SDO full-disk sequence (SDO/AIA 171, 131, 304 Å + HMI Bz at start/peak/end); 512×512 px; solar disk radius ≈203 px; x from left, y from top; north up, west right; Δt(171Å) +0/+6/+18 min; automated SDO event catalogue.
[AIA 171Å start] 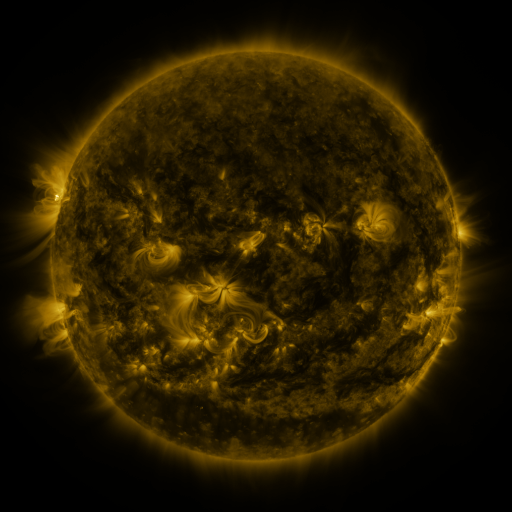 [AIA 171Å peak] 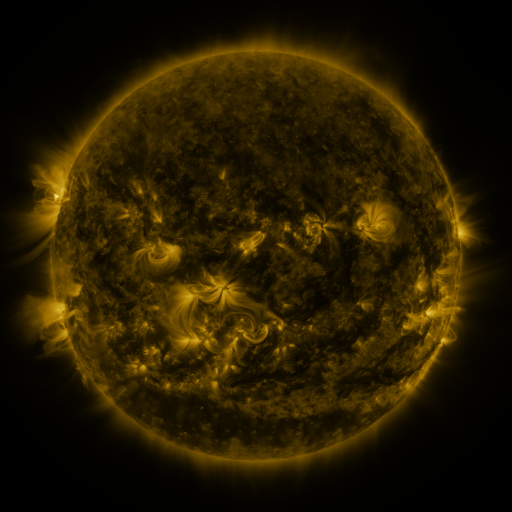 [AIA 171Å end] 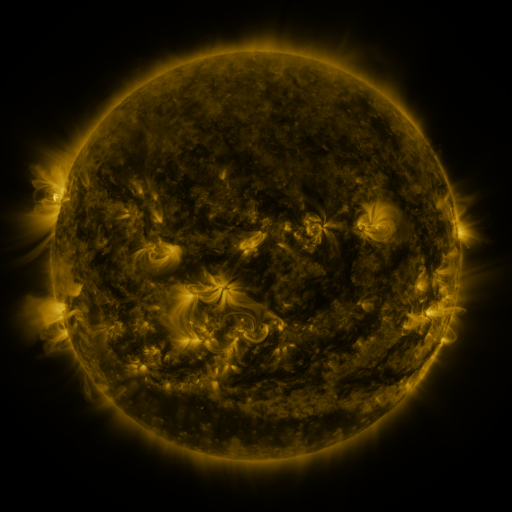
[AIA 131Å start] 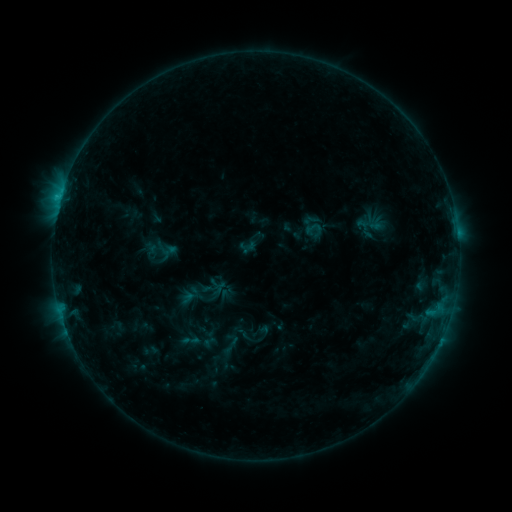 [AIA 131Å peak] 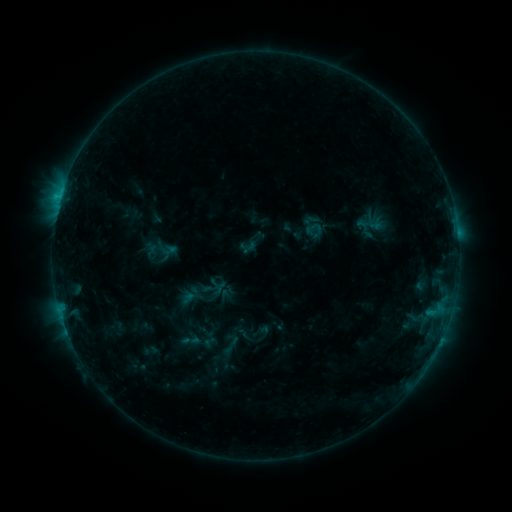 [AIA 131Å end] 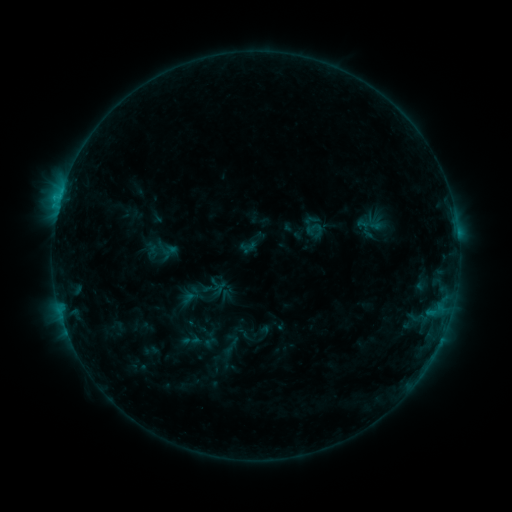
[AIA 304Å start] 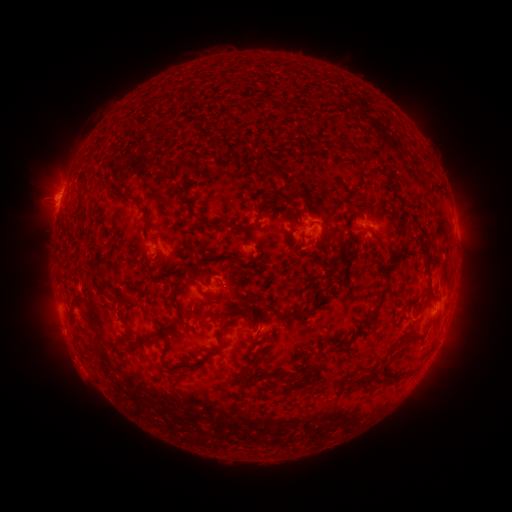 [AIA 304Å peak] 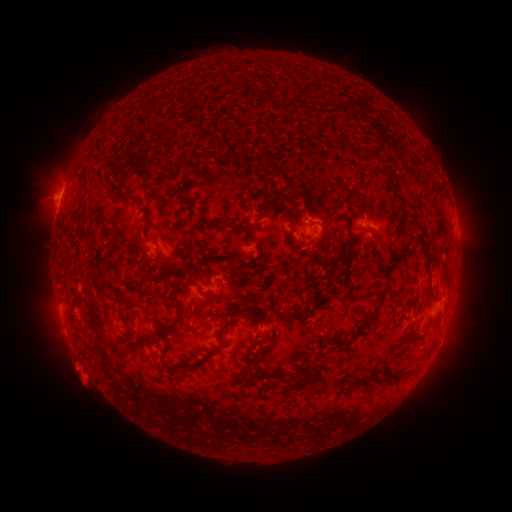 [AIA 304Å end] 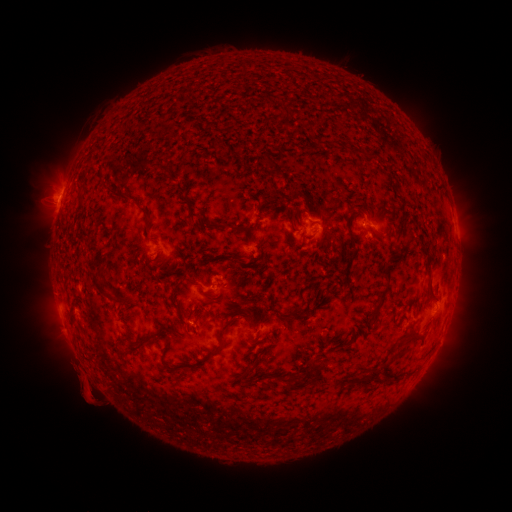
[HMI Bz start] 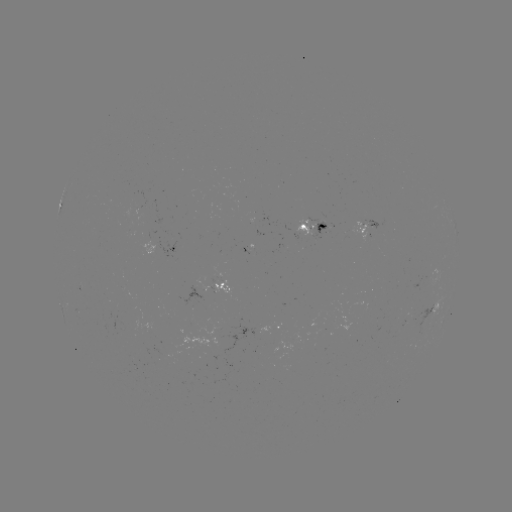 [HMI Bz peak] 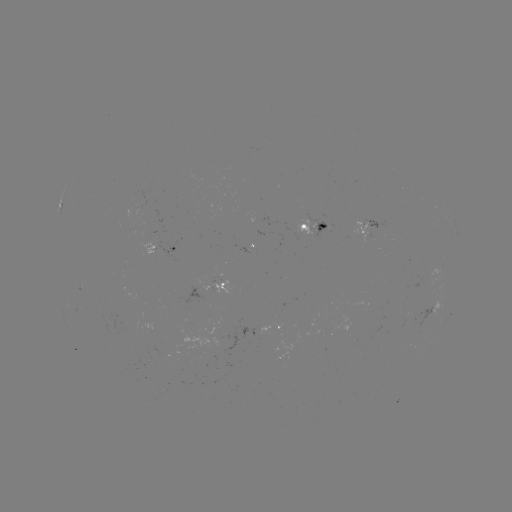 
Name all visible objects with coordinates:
eruption: (84, 377)
